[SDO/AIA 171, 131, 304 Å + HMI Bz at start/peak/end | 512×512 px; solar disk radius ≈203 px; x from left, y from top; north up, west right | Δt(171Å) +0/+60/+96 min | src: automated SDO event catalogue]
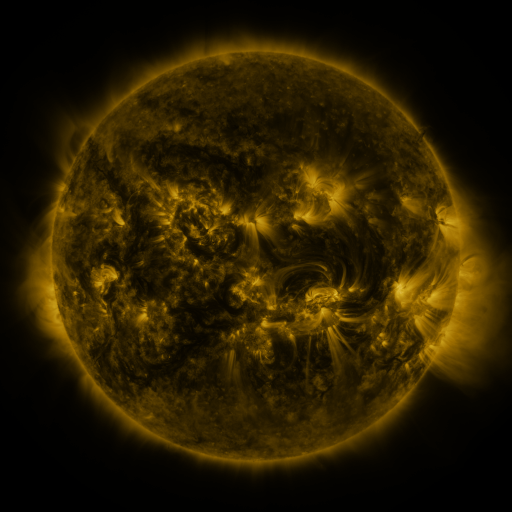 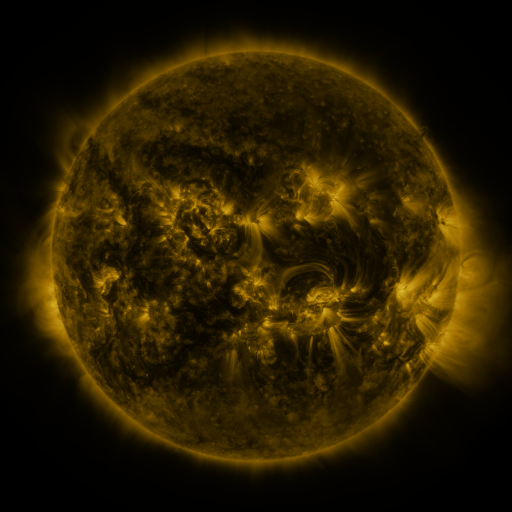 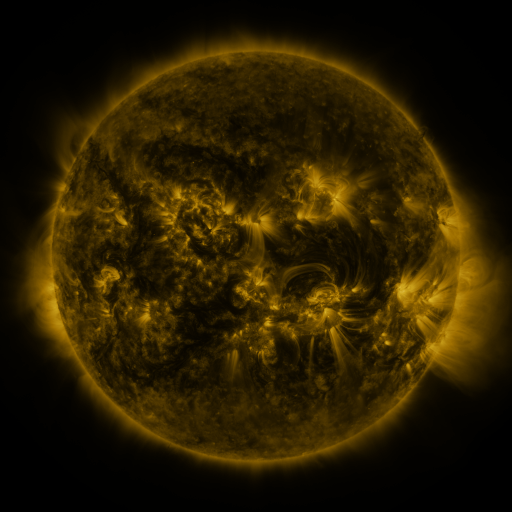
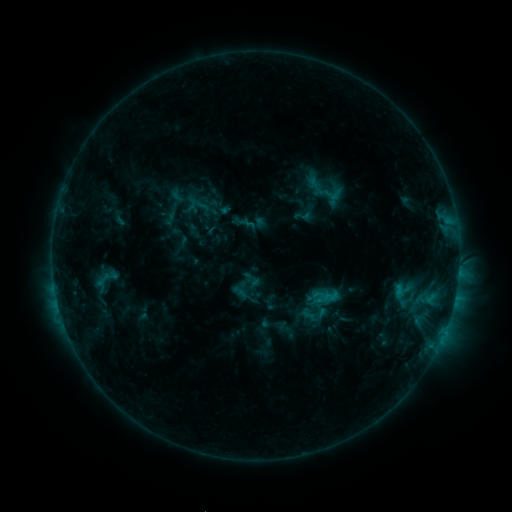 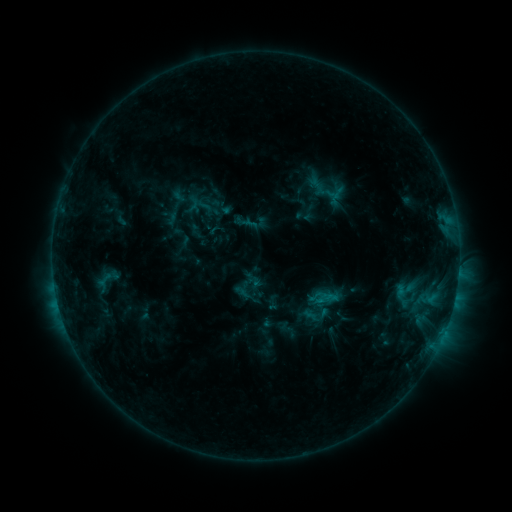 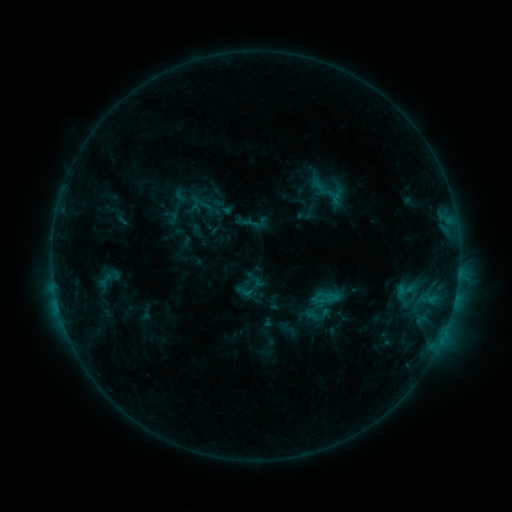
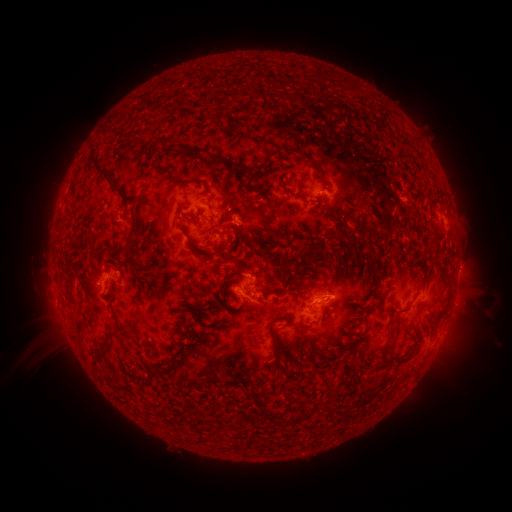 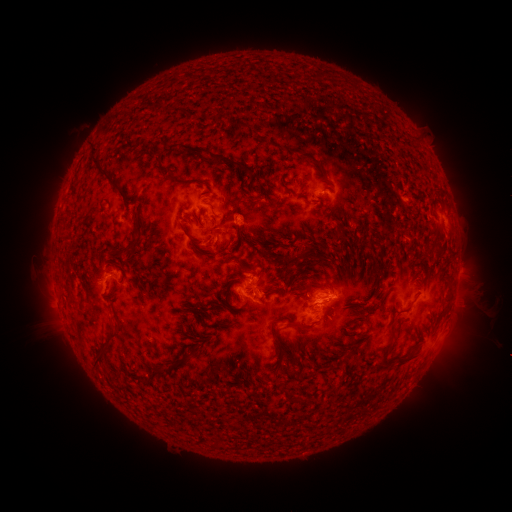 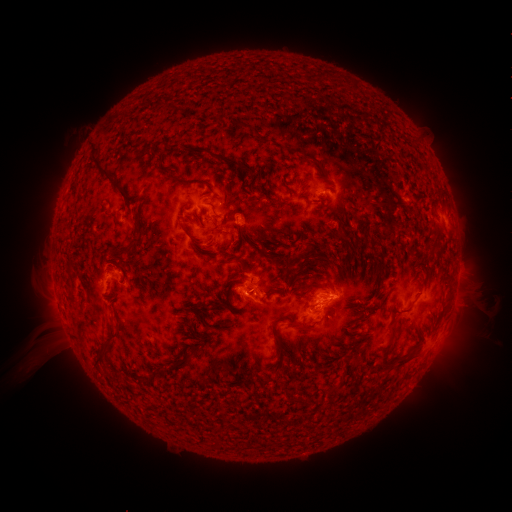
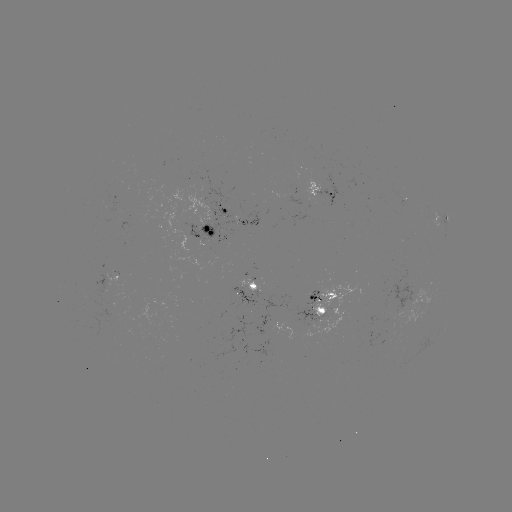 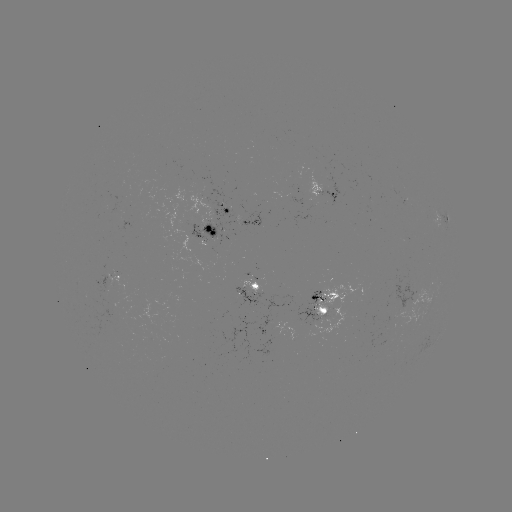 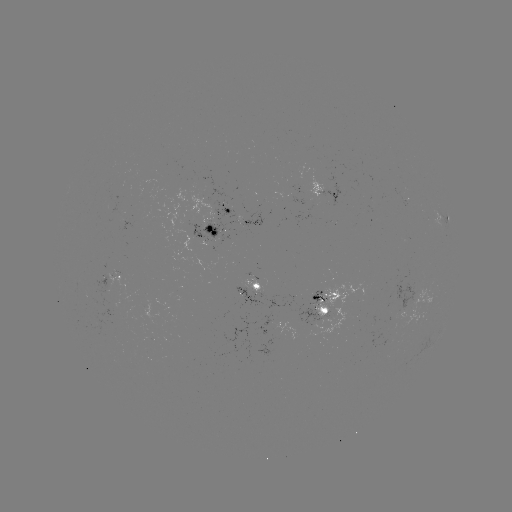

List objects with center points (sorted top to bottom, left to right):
emerging-flux region: (200, 235)
